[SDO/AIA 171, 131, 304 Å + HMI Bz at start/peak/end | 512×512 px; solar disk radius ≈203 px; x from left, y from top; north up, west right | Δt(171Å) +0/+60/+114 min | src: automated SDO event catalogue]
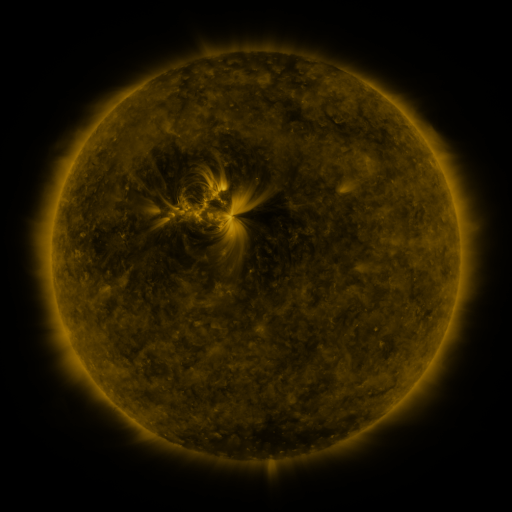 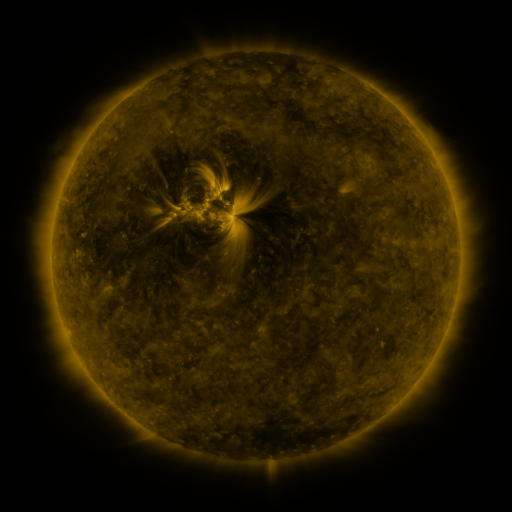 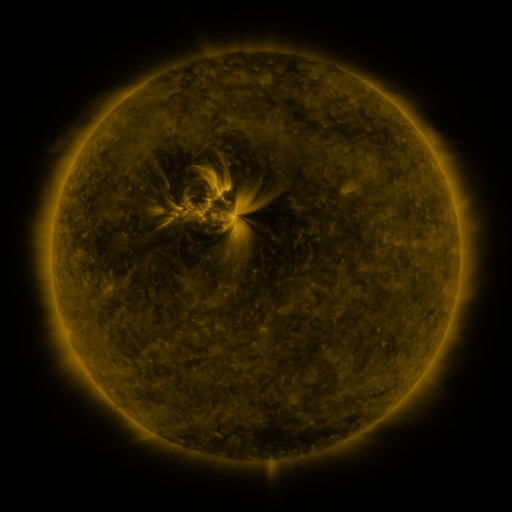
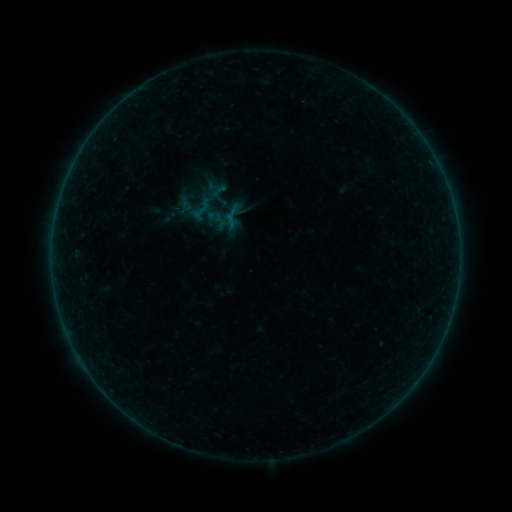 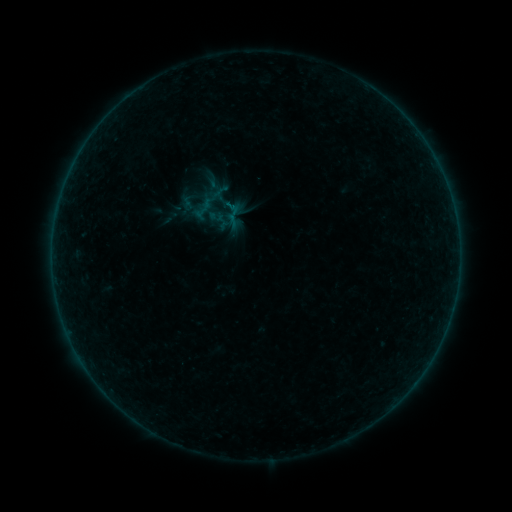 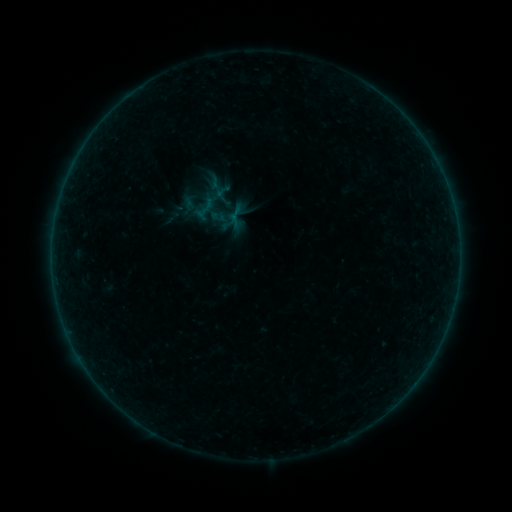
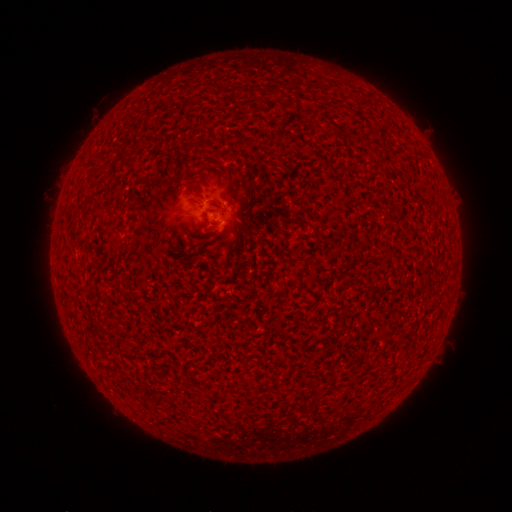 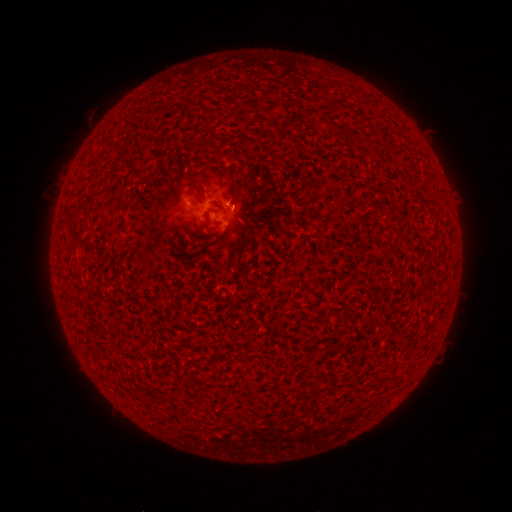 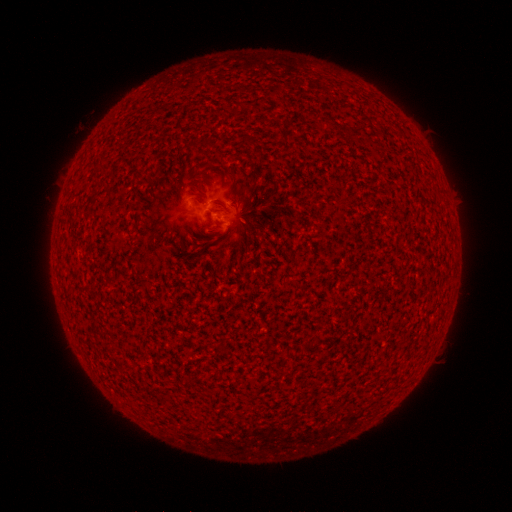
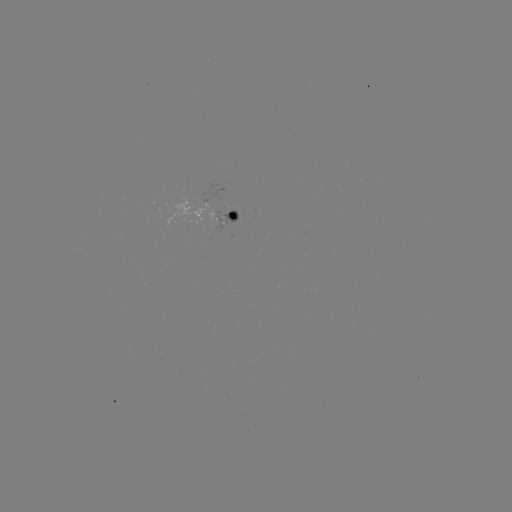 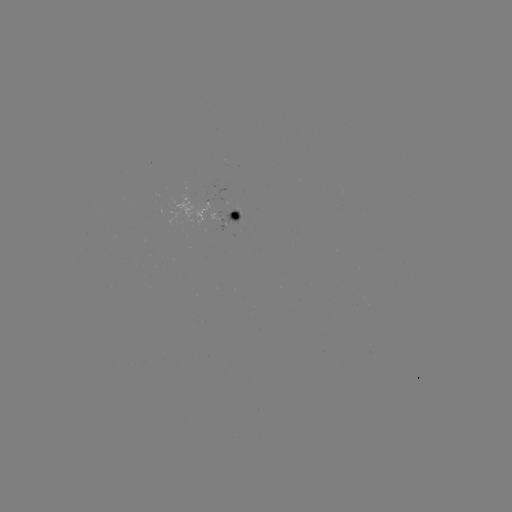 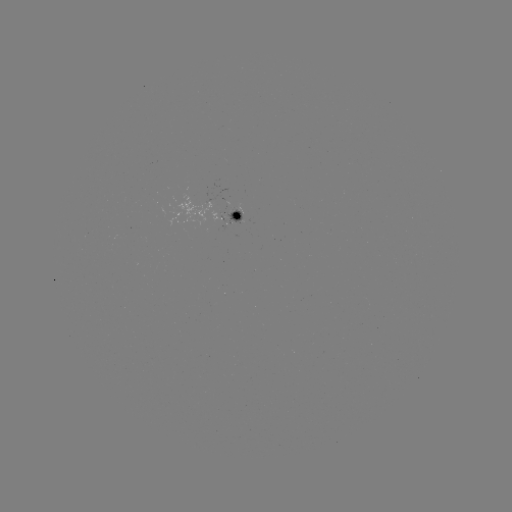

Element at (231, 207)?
B1.5 flare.